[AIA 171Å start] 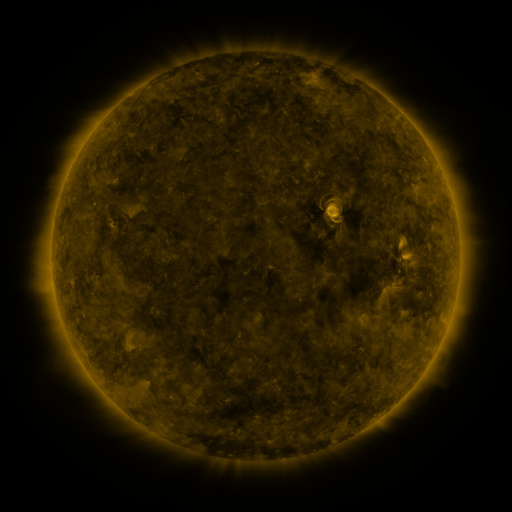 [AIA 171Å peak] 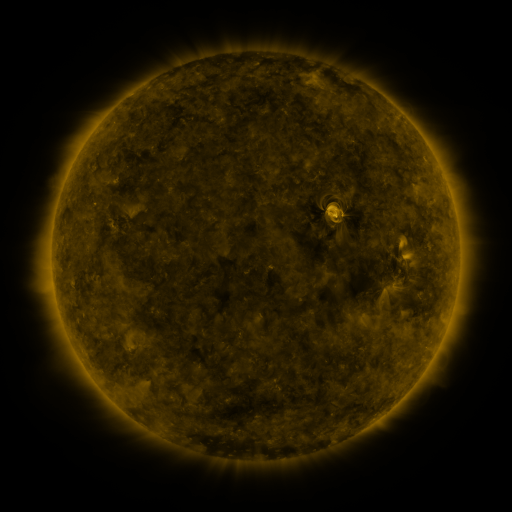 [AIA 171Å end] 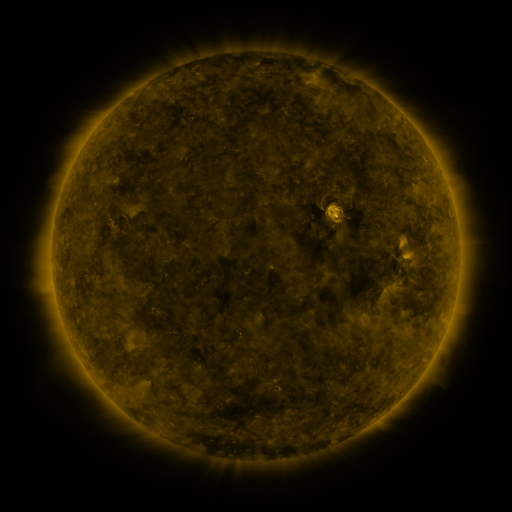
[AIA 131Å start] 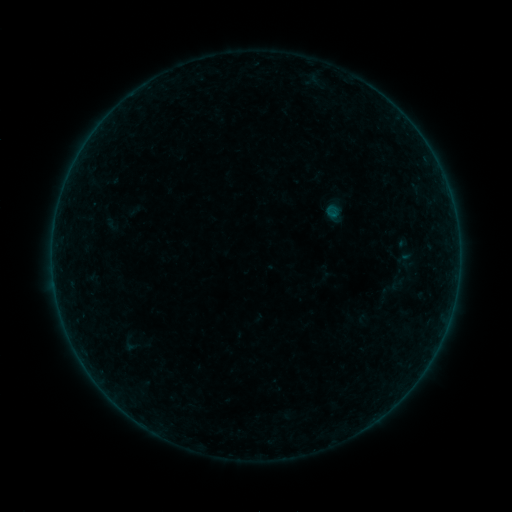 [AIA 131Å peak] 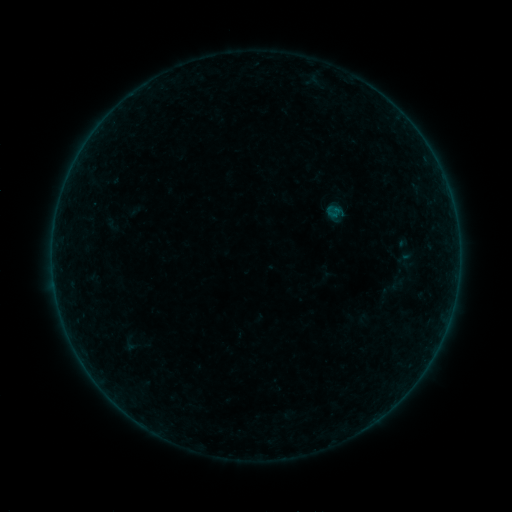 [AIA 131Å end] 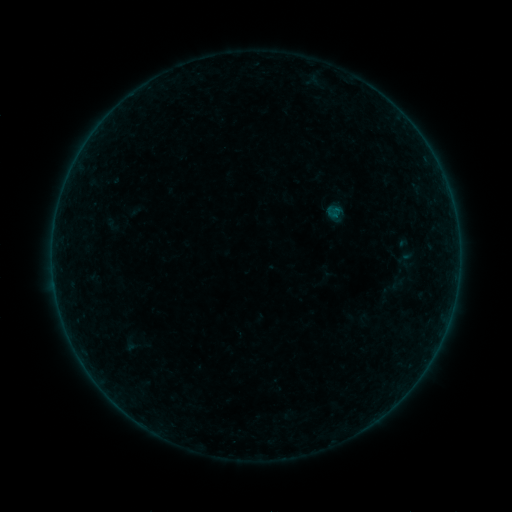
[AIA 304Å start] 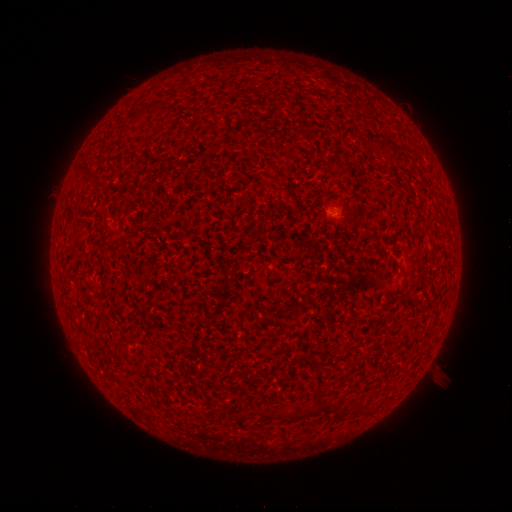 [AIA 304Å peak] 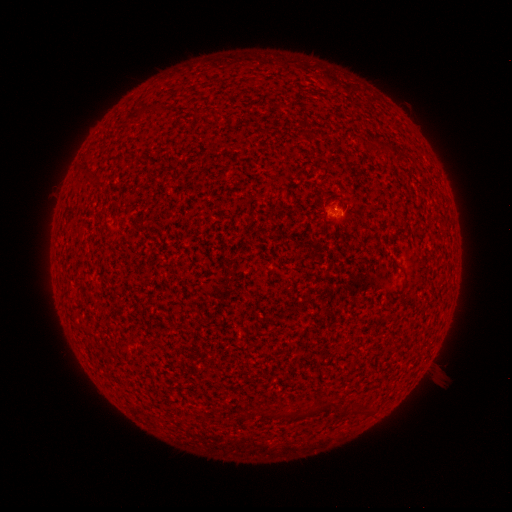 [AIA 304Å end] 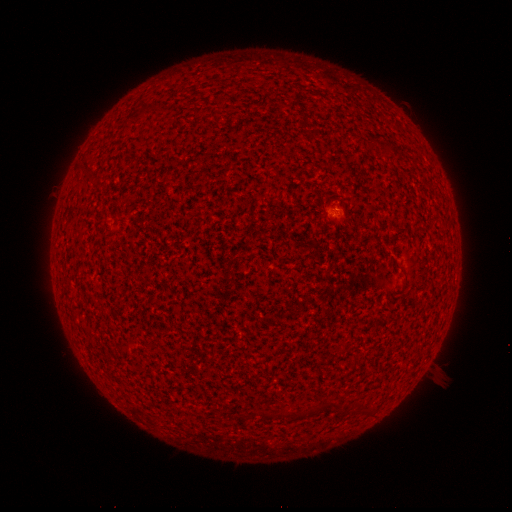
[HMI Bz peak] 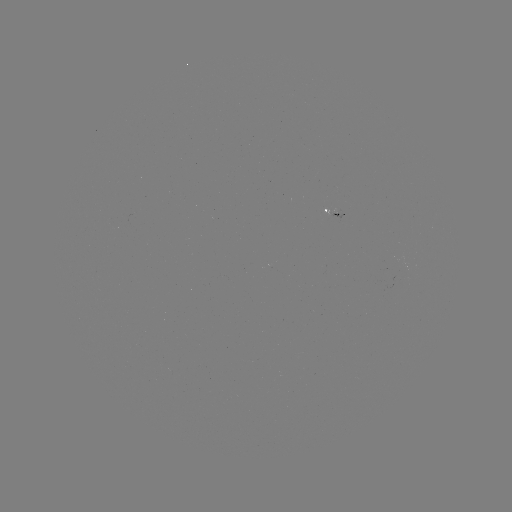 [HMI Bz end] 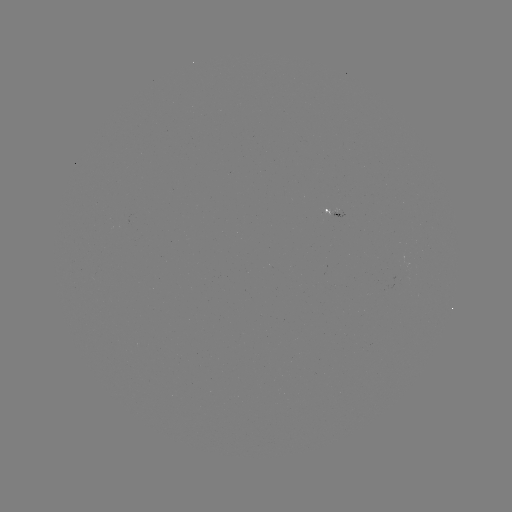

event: flare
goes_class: A5.7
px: (334, 214)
